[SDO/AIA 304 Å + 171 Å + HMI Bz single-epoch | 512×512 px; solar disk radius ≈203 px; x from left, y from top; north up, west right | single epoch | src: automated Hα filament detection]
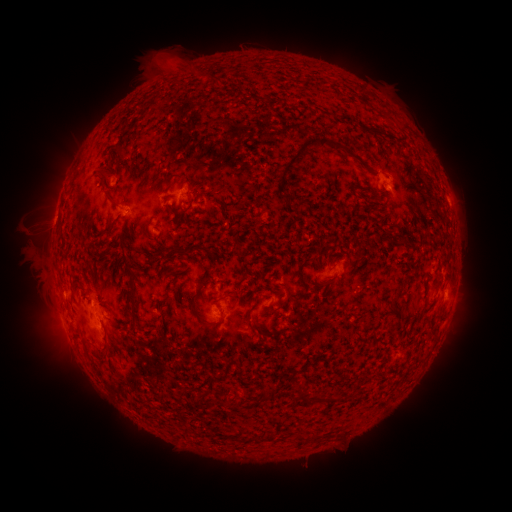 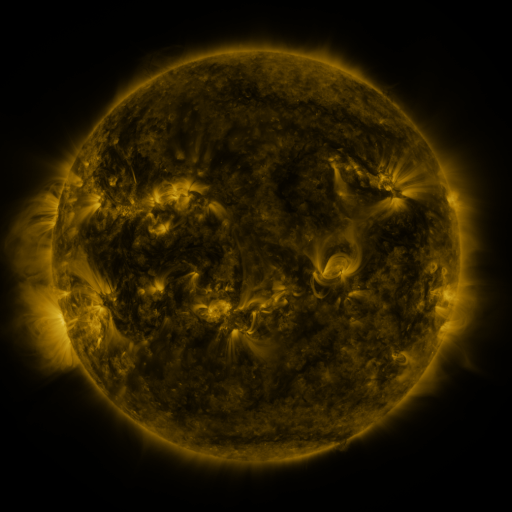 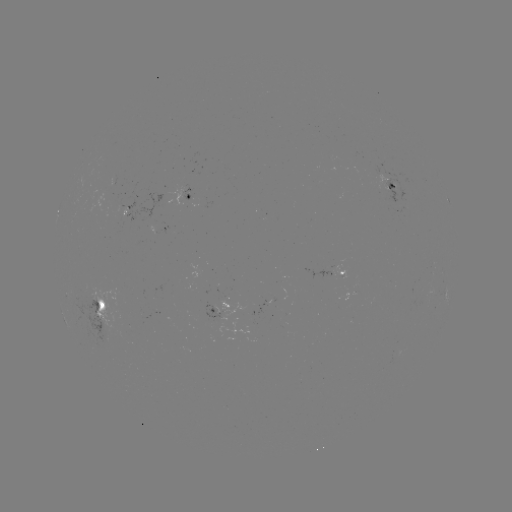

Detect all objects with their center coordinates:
filament: (324, 112)
filament: (363, 126)
filament: (314, 141)
filament: (119, 153)
filament: (109, 165)
filament: (105, 175)
filament: (170, 179)
filament: (300, 202)
filament: (189, 205)
filament: (114, 206)
filament: (106, 232)
filament: (205, 250)
filament: (180, 252)
filament: (109, 260)
filament: (126, 263)
filament: (207, 284)
filament: (134, 295)
filament: (198, 316)
filament: (428, 317)
filament: (103, 359)
filament: (269, 392)
filament: (305, 397)
